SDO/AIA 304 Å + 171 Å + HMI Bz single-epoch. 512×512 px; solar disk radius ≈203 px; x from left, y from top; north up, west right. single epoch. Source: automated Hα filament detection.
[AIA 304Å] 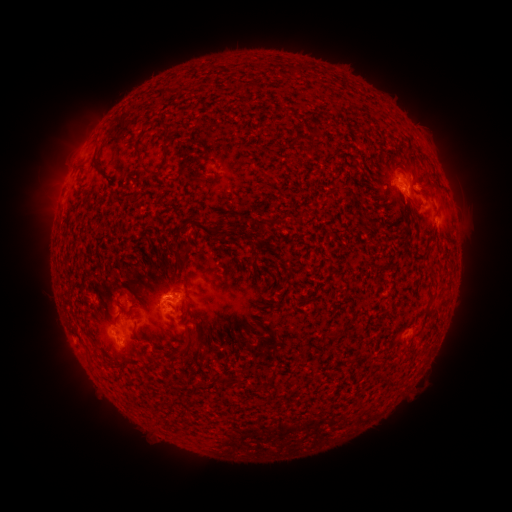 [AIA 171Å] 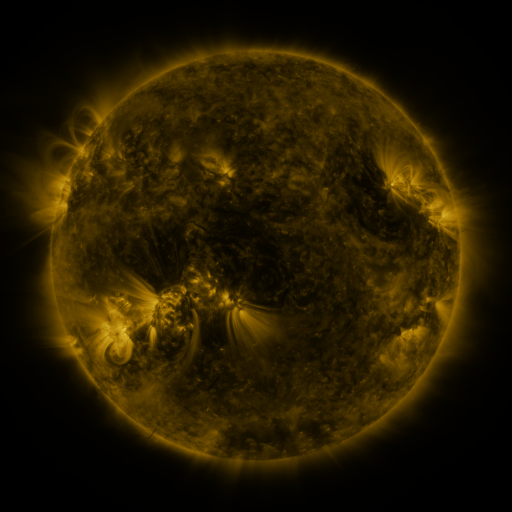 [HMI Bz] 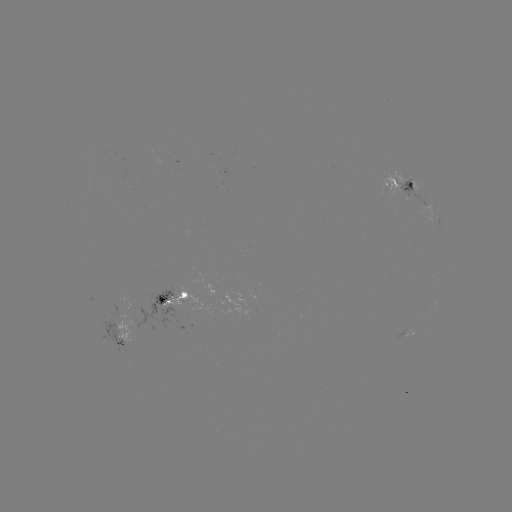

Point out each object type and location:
filament: [163, 130, 175, 163]
filament: [135, 146, 145, 155]
filament: [92, 150, 102, 166]
filament: [139, 157, 152, 173]
filament: [205, 157, 221, 170]
filament: [408, 182, 415, 192]
filament: [183, 216, 222, 238]
filament: [179, 249, 187, 260]
filament: [130, 324, 136, 333]
filament: [176, 333, 194, 356]
filament: [100, 350, 107, 361]
filament: [227, 375, 237, 384]
